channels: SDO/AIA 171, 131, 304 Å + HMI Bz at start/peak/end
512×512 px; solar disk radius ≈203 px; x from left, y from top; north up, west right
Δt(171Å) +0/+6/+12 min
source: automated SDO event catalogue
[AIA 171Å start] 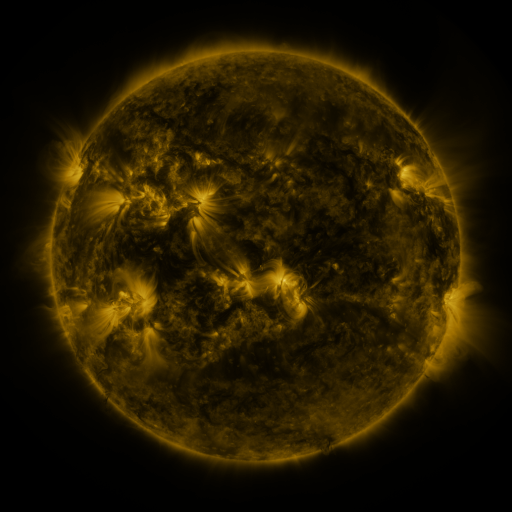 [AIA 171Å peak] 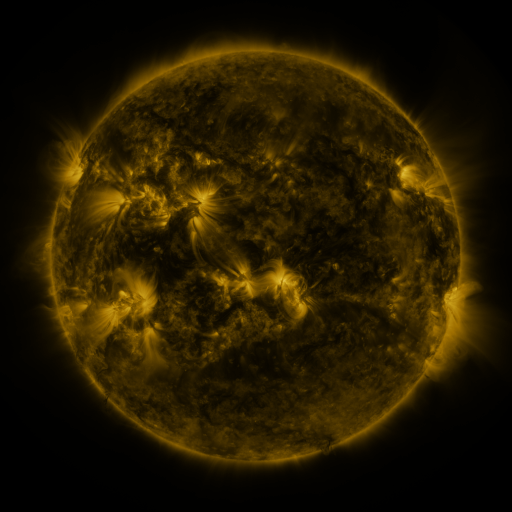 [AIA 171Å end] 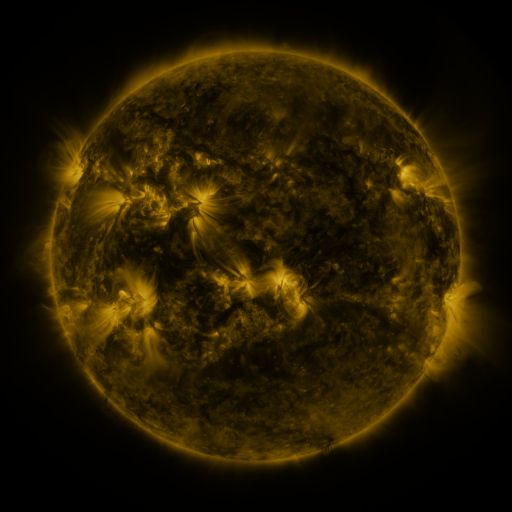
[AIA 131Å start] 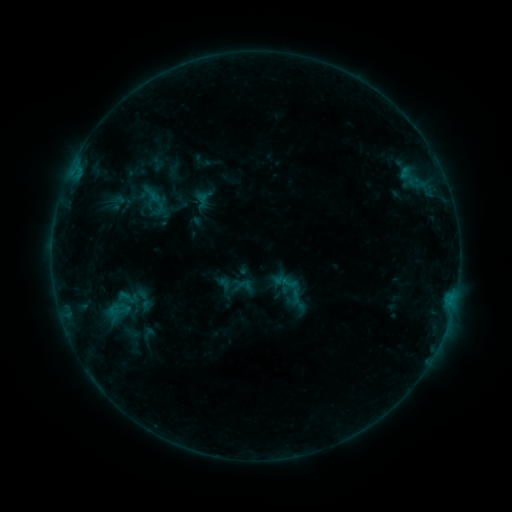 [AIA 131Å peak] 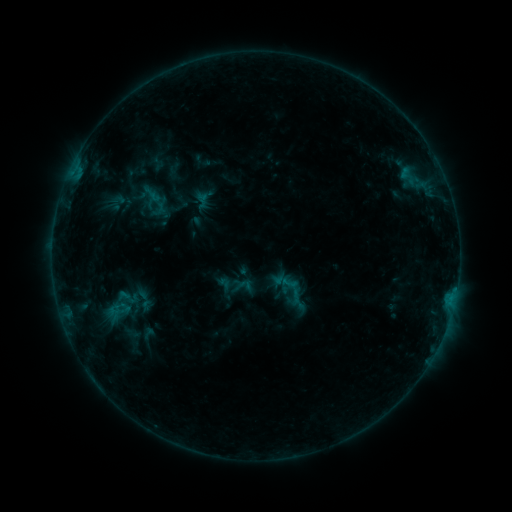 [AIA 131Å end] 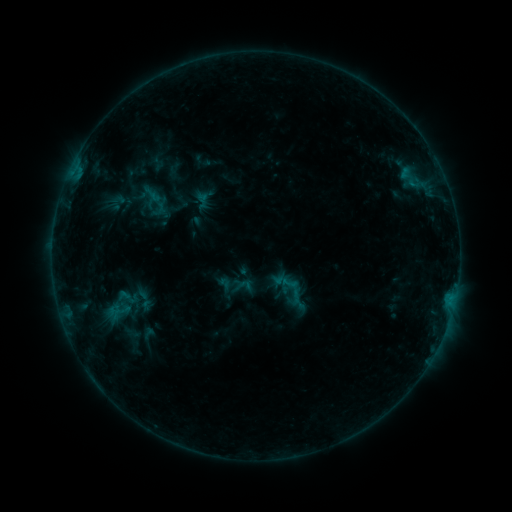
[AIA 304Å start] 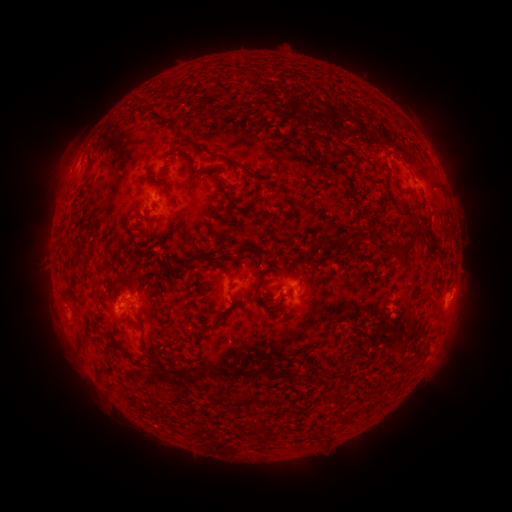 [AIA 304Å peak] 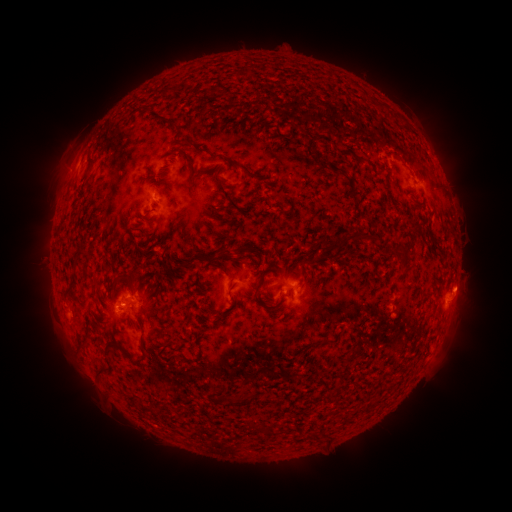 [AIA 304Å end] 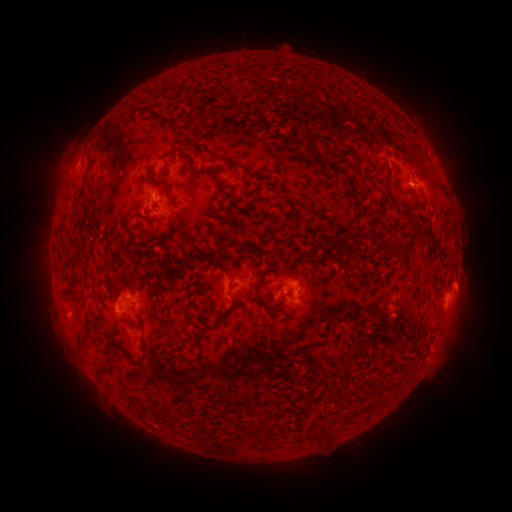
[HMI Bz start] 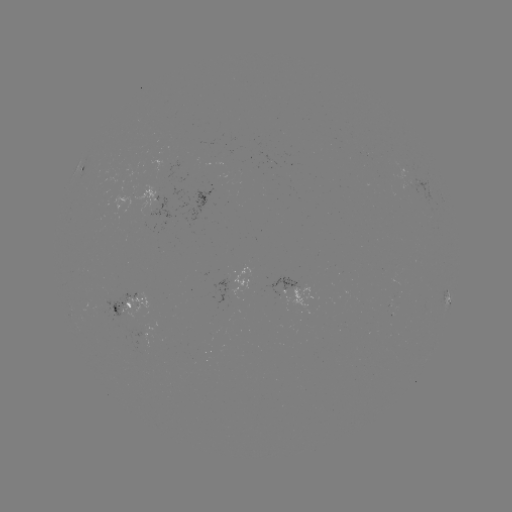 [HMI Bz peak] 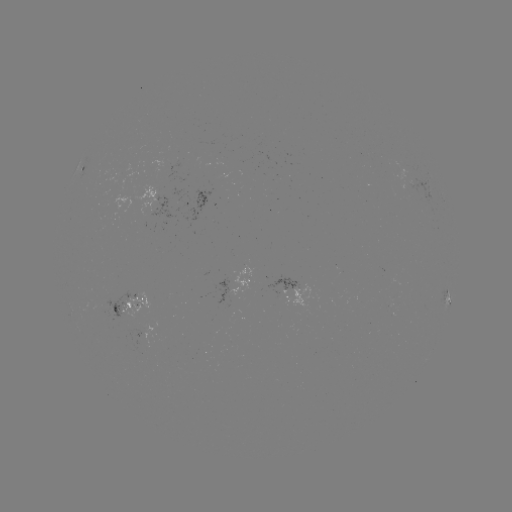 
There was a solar eruption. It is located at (465, 286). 